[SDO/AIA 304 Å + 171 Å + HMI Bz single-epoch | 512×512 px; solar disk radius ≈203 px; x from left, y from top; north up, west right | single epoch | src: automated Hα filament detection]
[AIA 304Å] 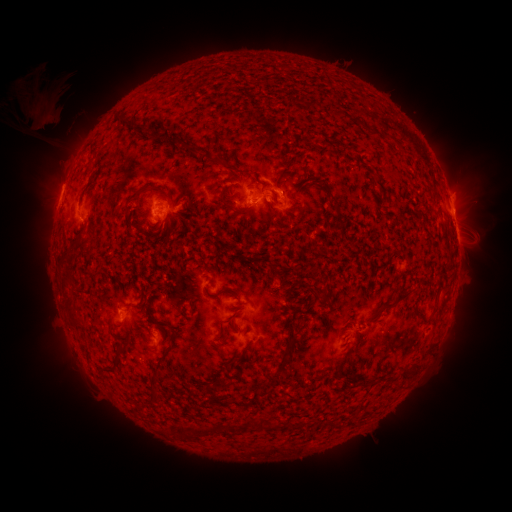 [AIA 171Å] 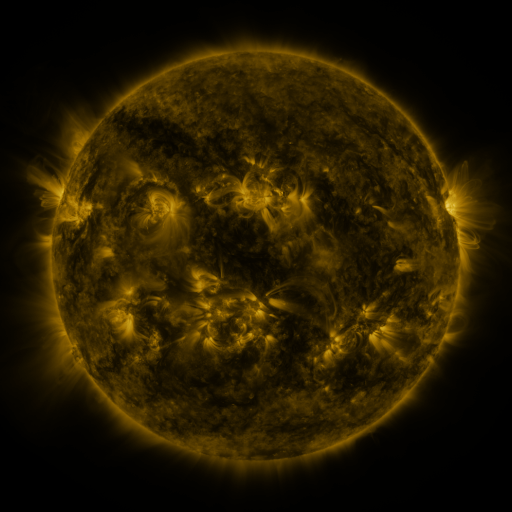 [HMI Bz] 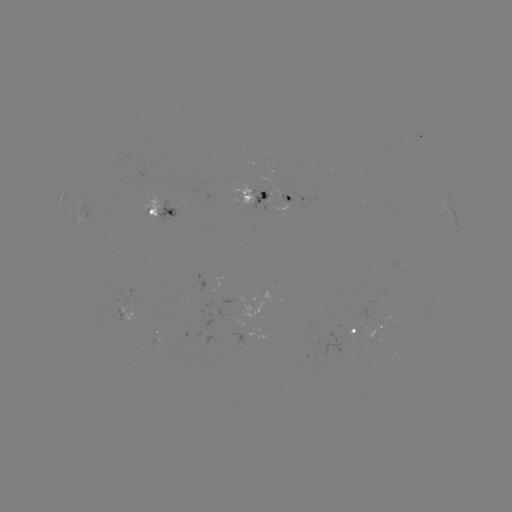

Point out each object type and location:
filament: (121, 124)
filament: (362, 124)
filament: (136, 129)
filament: (160, 137)
filament: (187, 152)
filament: (219, 162)
filament: (281, 173)
filament: (135, 199)
filament: (335, 203)
filament: (228, 208)
filament: (276, 211)
filament: (446, 238)
filament: (77, 244)
filament: (68, 277)
filament: (326, 286)
filament: (224, 291)
filament: (396, 301)
filament: (71, 305)
filament: (128, 306)
filament: (293, 322)
filament: (222, 329)
filament: (147, 348)
filament: (289, 348)
filament: (119, 356)
filament: (108, 370)
filament: (412, 370)
filament: (155, 377)
filament: (365, 382)
filament: (217, 400)
filament: (236, 402)
filament: (262, 424)
filament: (232, 427)
filament: (194, 430)
